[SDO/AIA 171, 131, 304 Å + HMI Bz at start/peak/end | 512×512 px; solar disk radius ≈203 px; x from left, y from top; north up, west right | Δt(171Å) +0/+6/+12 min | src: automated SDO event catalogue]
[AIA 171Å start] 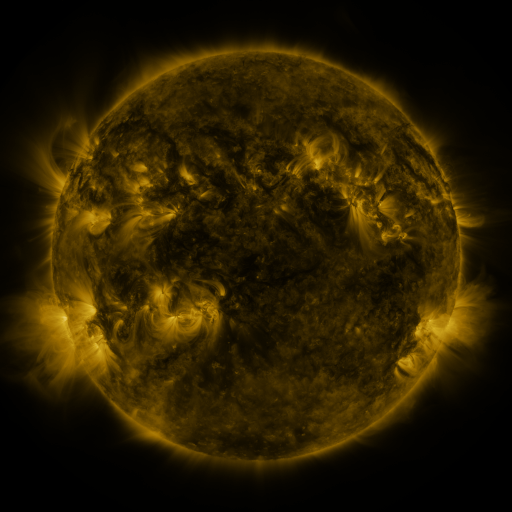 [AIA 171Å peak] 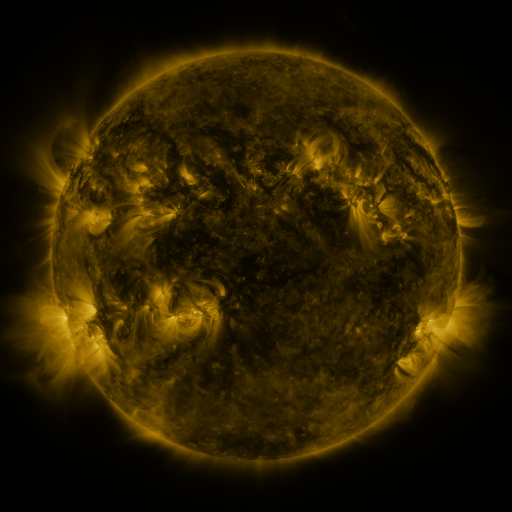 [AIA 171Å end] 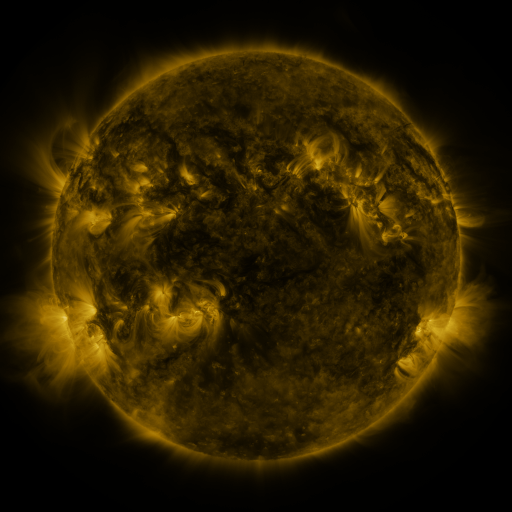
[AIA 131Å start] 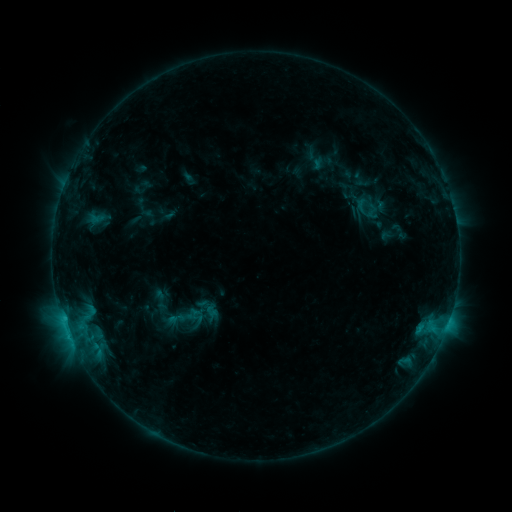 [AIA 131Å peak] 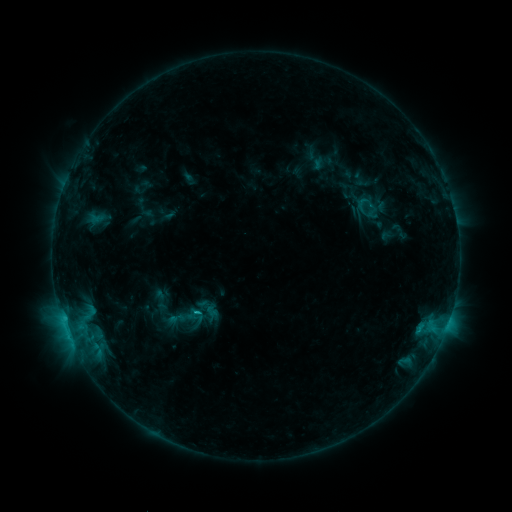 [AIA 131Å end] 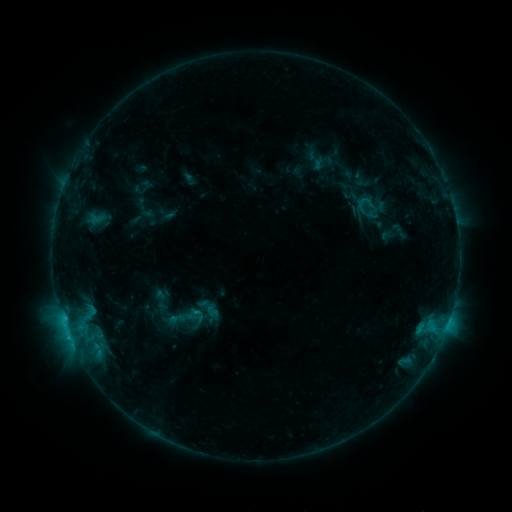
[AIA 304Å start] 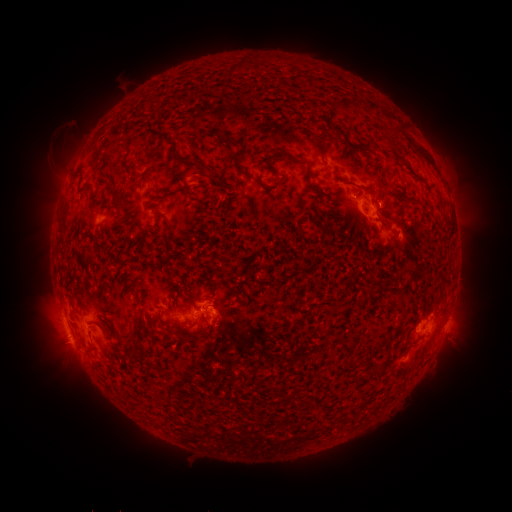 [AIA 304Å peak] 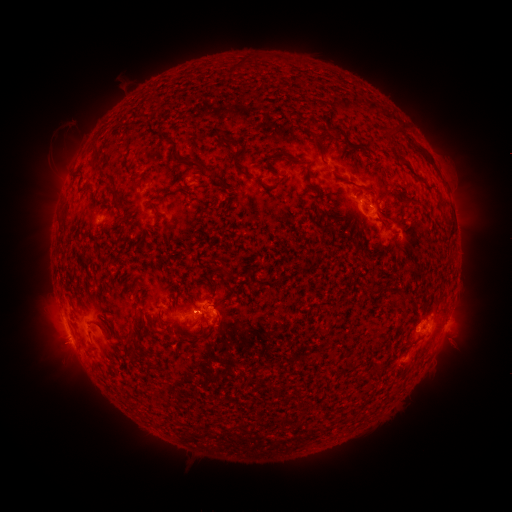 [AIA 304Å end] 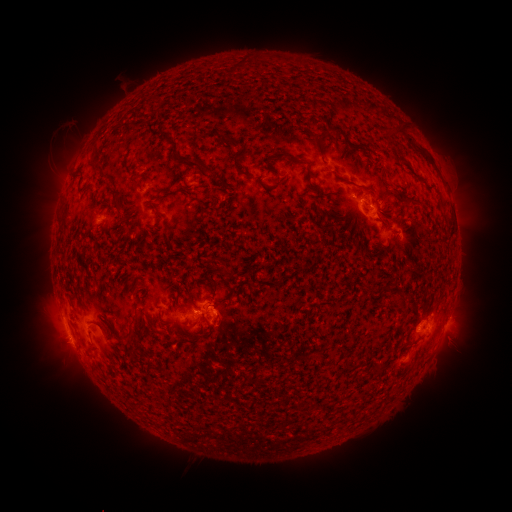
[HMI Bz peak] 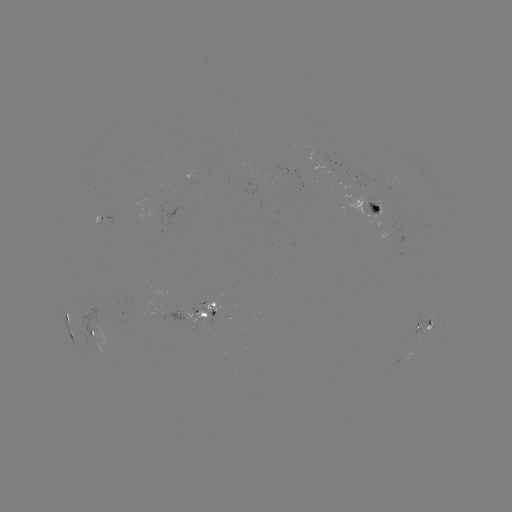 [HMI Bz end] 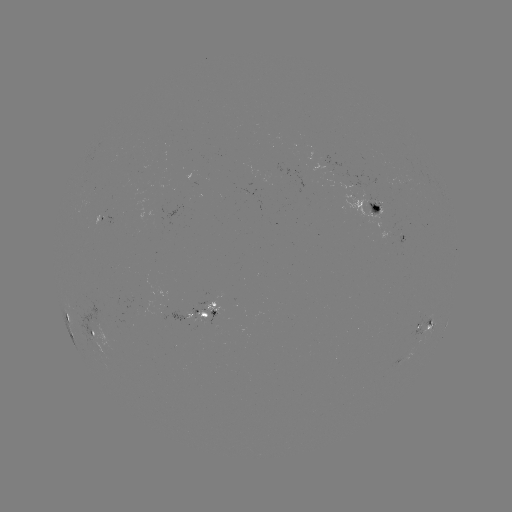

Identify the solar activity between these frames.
B8.7 flare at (199, 310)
